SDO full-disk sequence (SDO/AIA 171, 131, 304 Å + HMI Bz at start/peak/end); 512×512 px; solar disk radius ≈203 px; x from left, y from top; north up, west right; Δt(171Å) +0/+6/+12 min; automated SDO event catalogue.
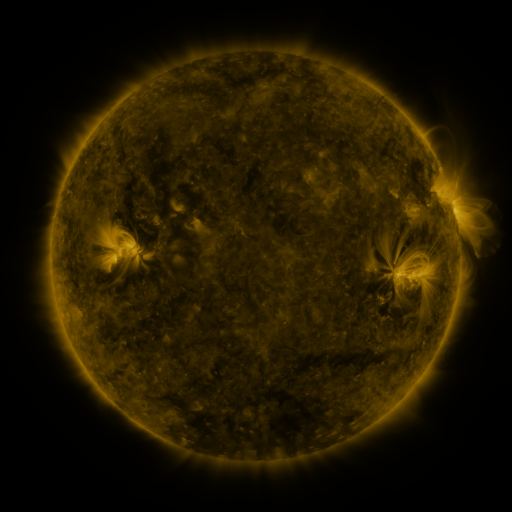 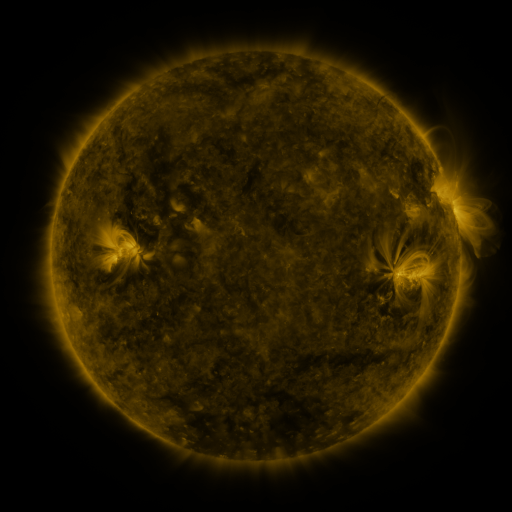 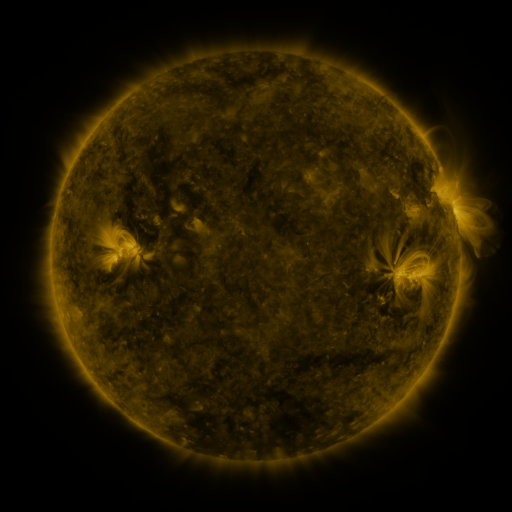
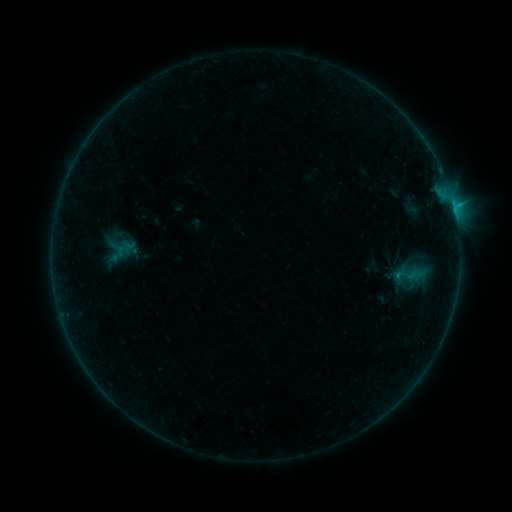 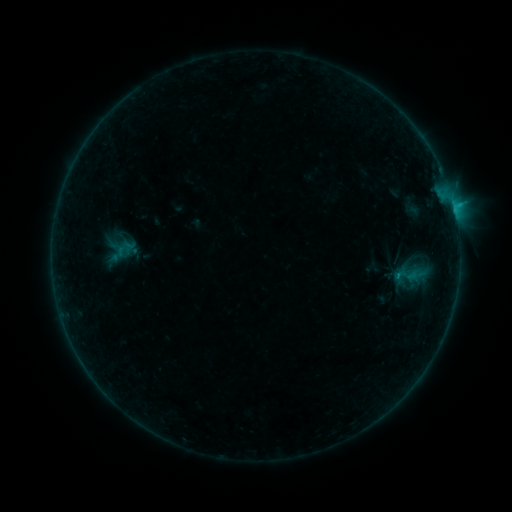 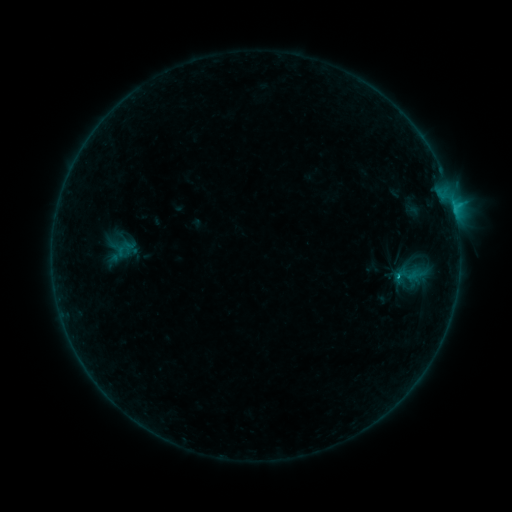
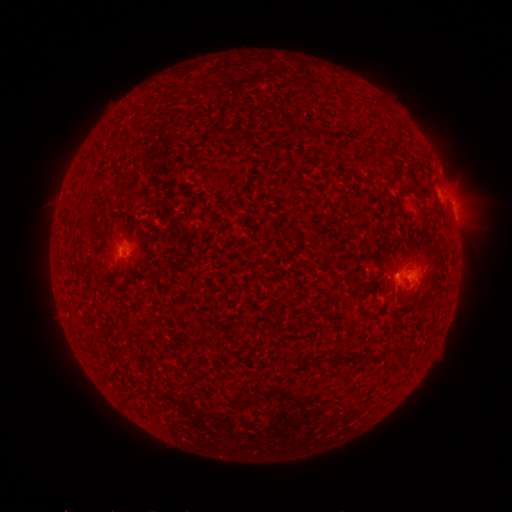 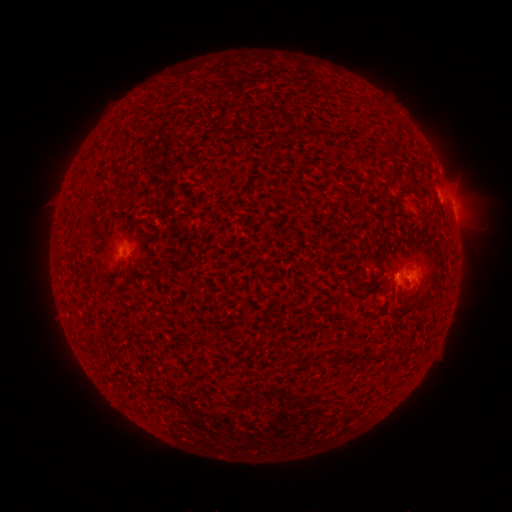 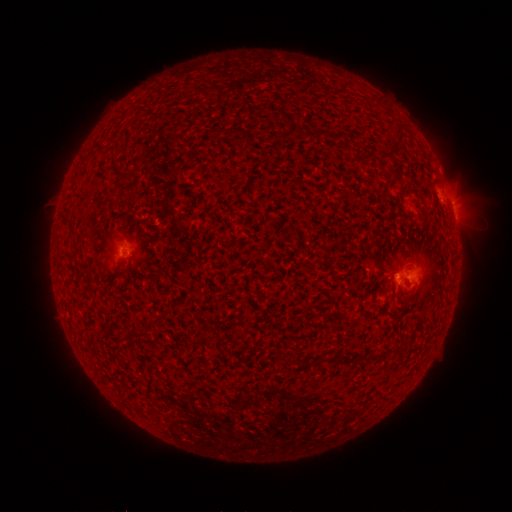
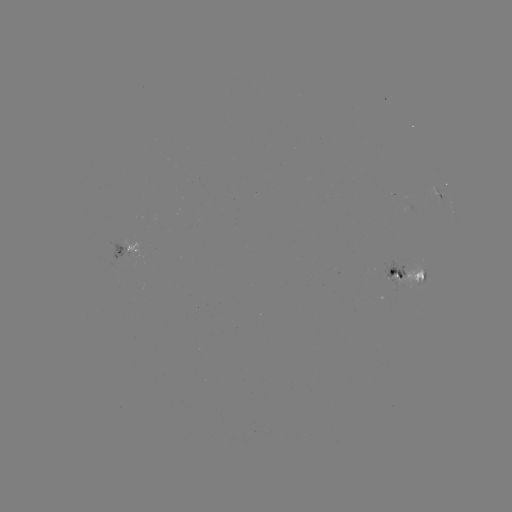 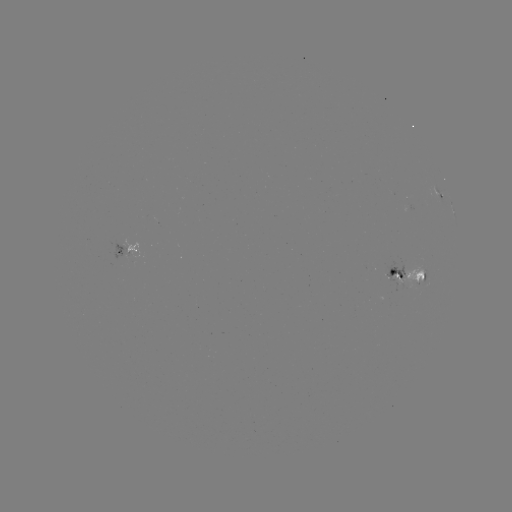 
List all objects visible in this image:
B9.4 flare: (397, 275)
